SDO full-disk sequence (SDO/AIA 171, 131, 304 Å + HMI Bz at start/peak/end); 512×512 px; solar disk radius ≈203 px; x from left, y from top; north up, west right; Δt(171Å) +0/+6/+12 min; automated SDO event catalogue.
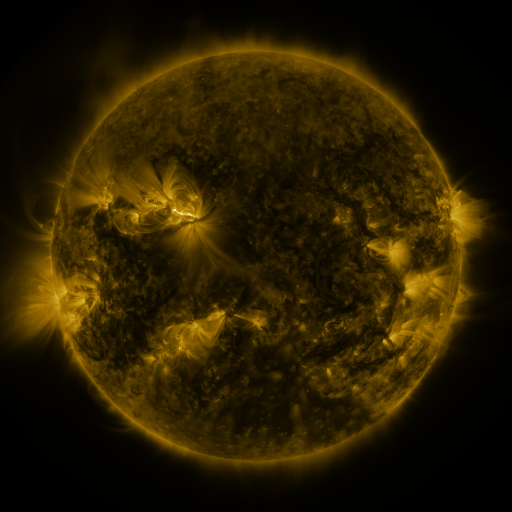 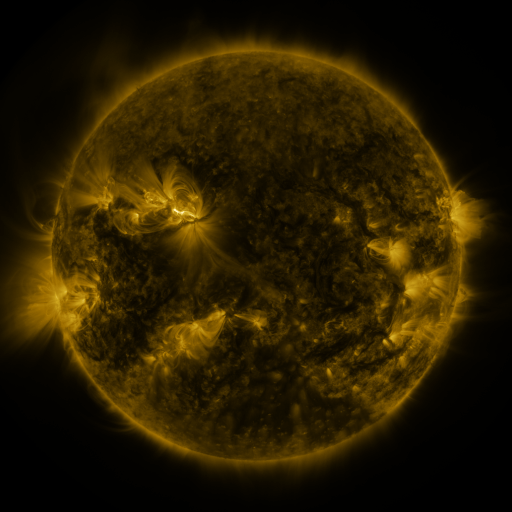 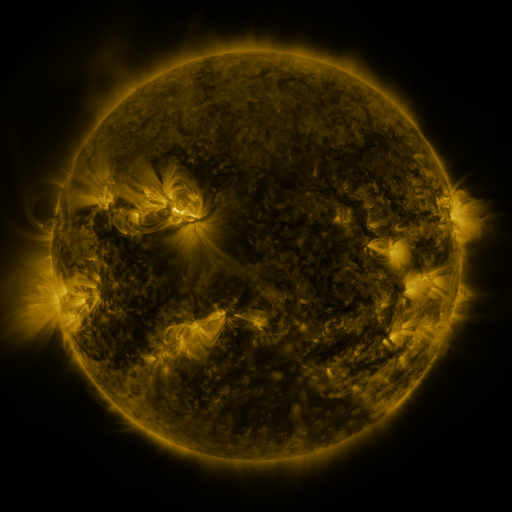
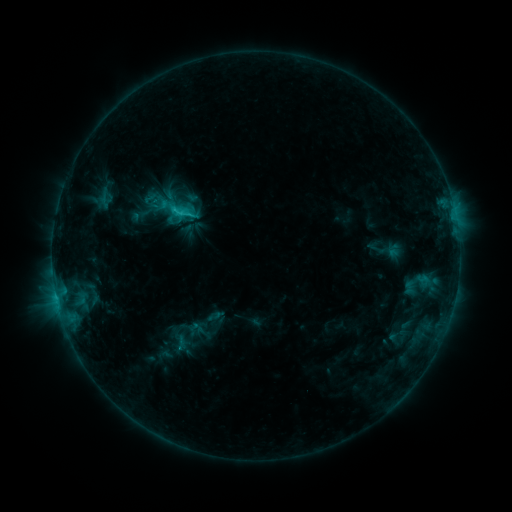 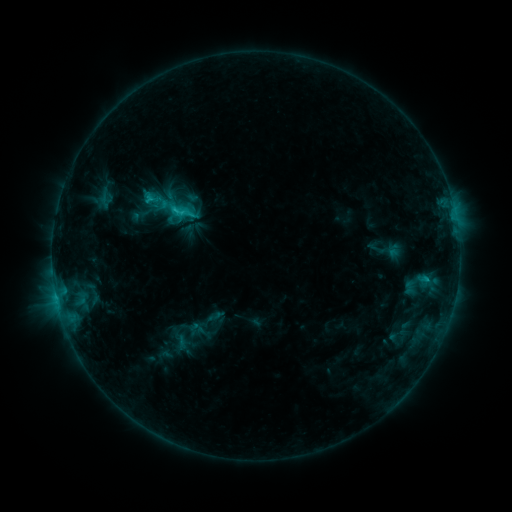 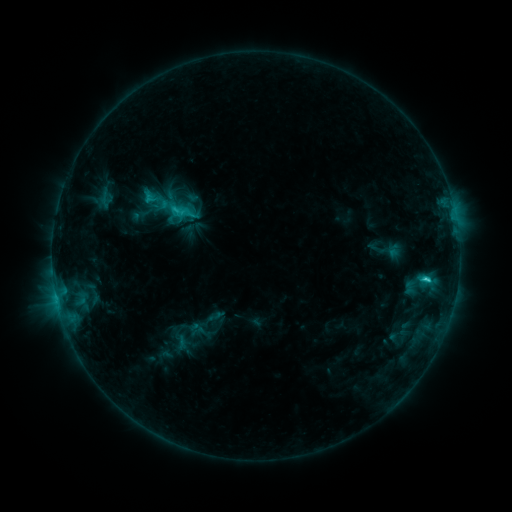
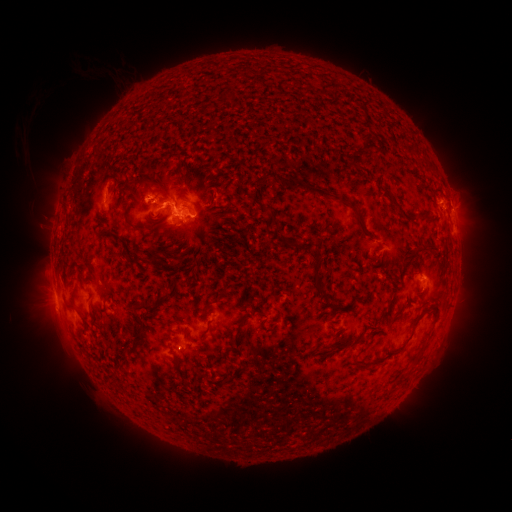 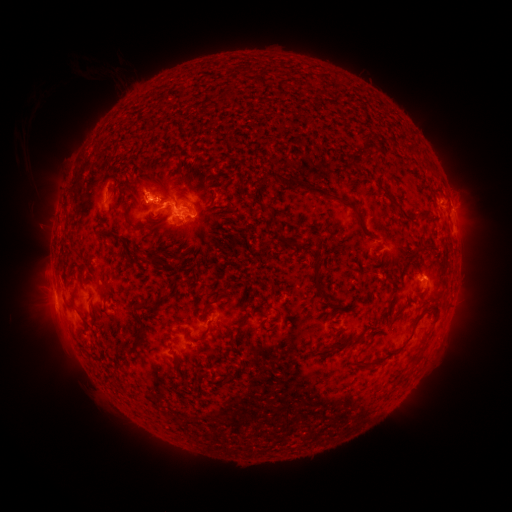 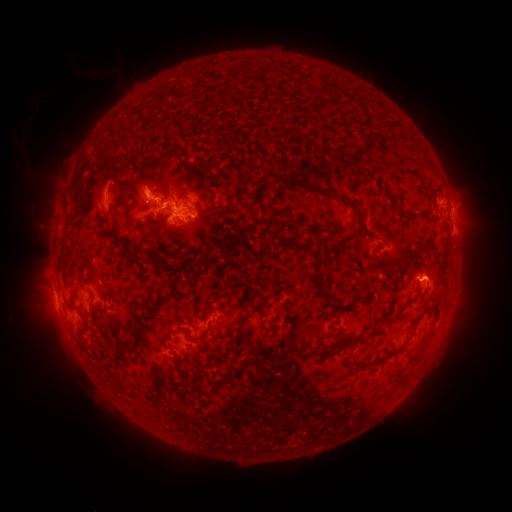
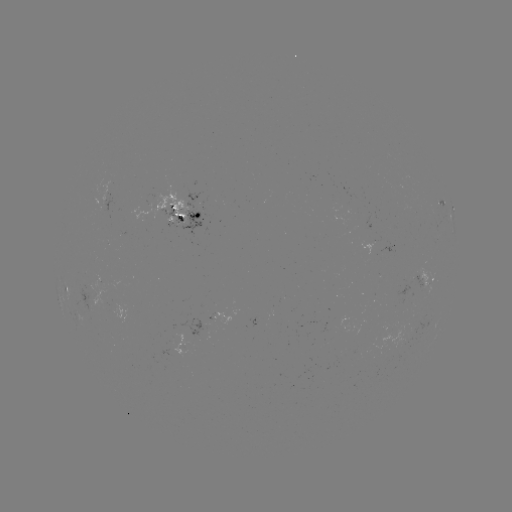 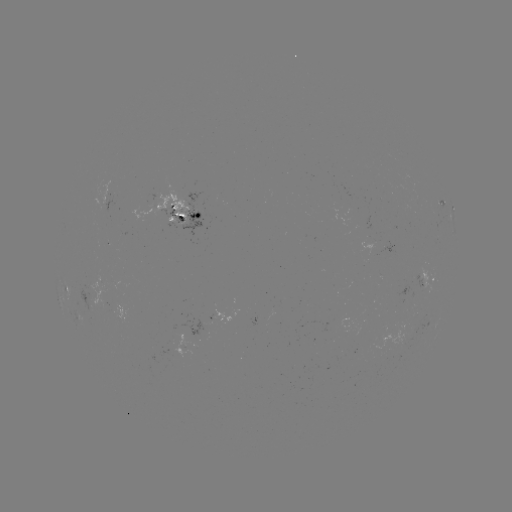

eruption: [114, 158, 174, 223]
